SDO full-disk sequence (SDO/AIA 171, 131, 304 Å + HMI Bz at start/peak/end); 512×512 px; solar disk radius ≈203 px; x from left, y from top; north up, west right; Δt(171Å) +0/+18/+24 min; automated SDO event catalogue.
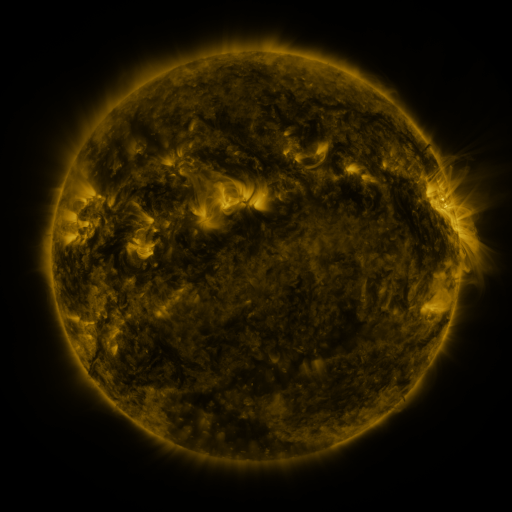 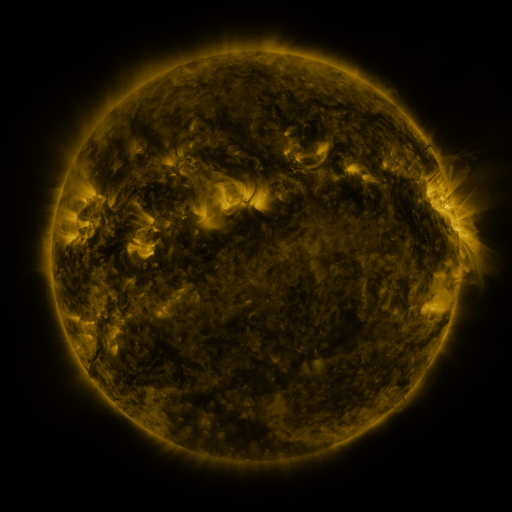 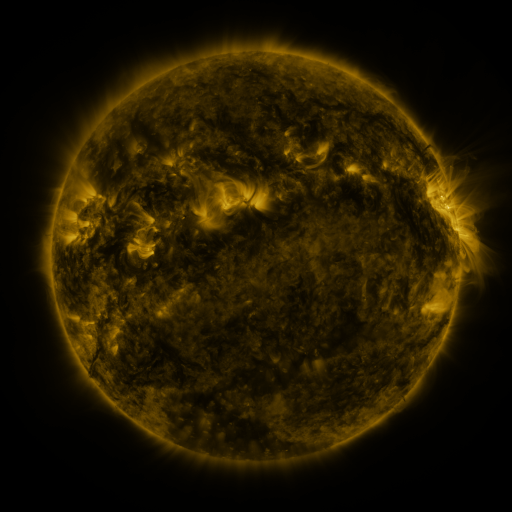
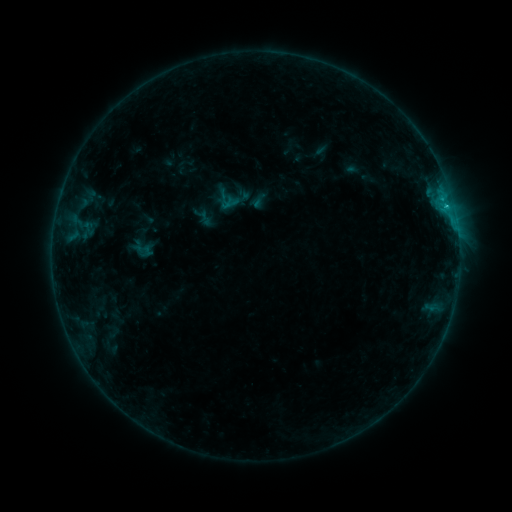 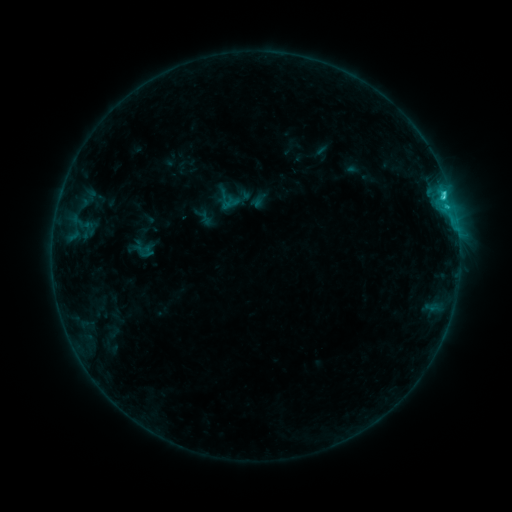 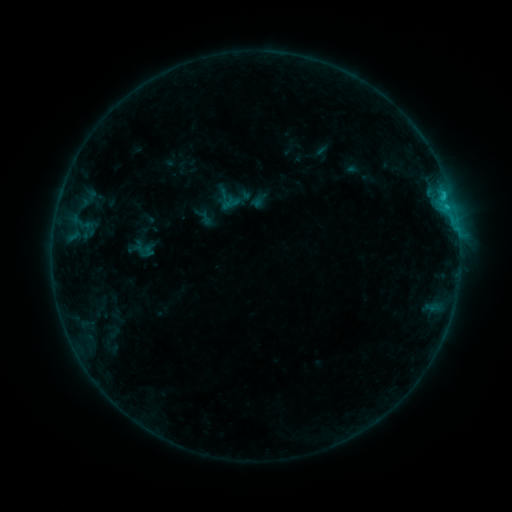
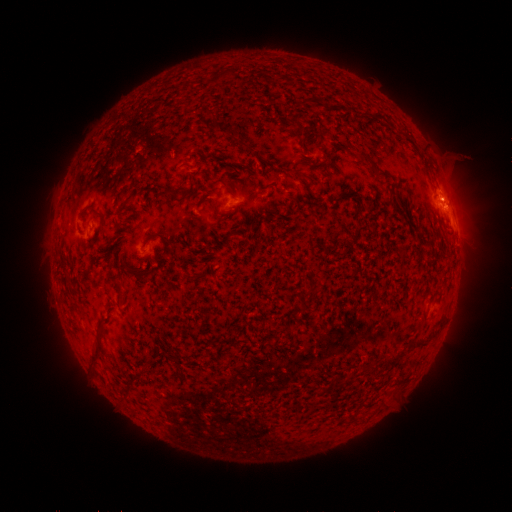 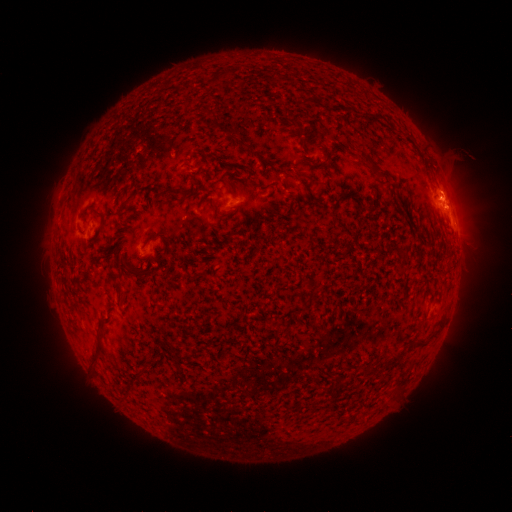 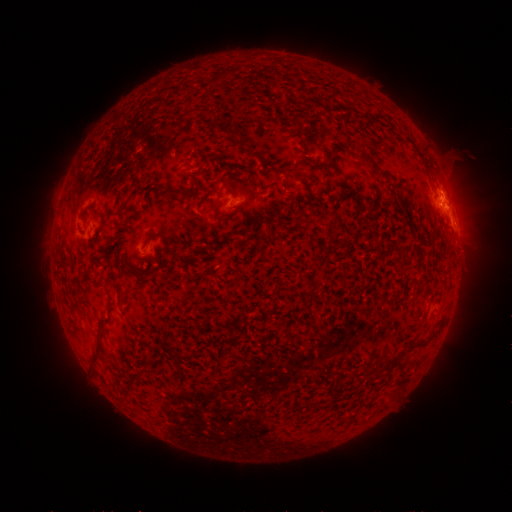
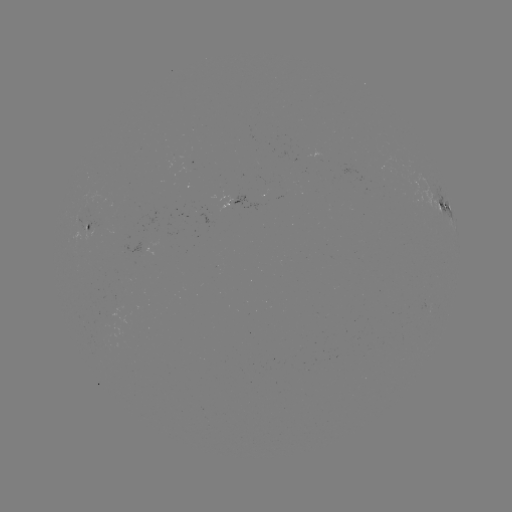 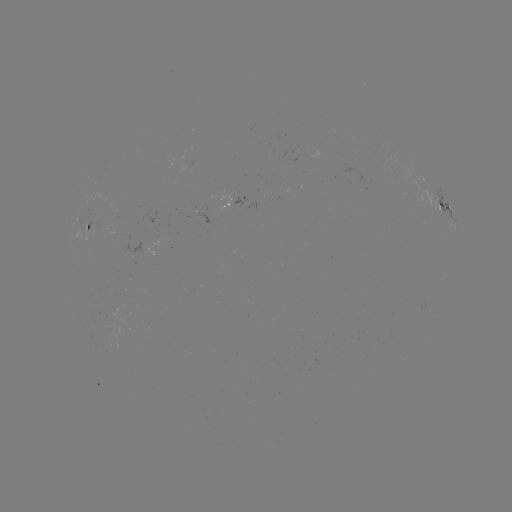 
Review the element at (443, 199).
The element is C1.9 flare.